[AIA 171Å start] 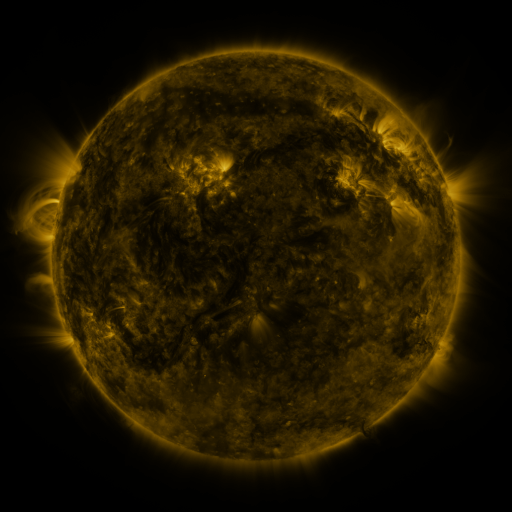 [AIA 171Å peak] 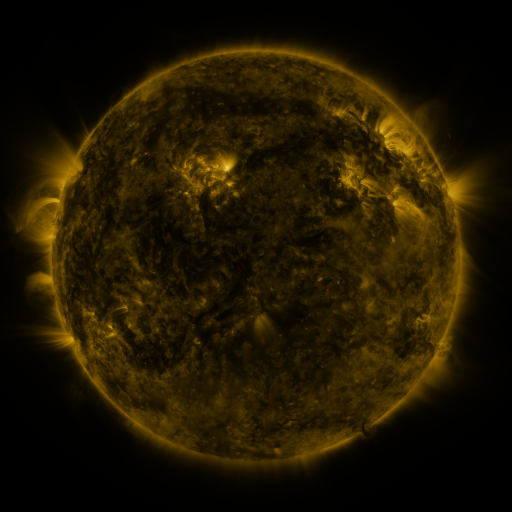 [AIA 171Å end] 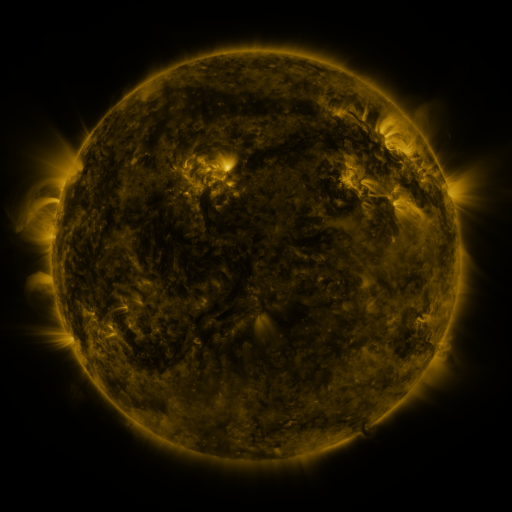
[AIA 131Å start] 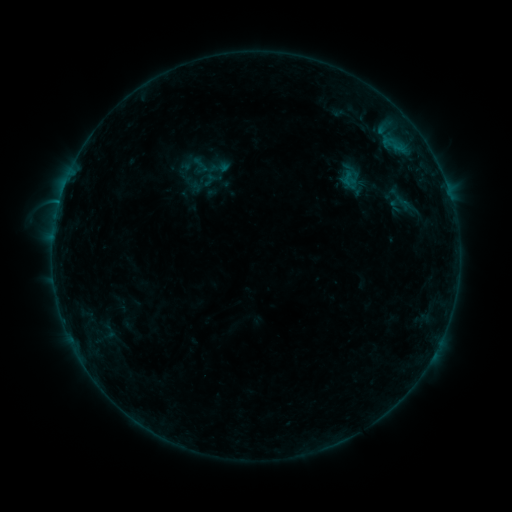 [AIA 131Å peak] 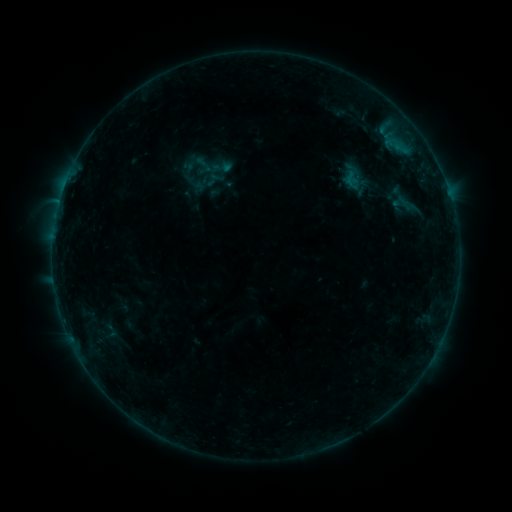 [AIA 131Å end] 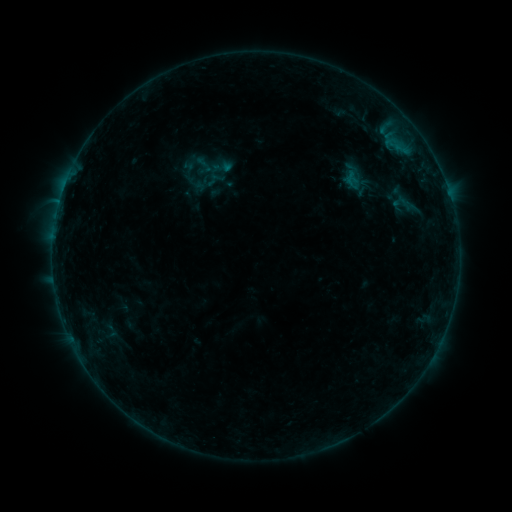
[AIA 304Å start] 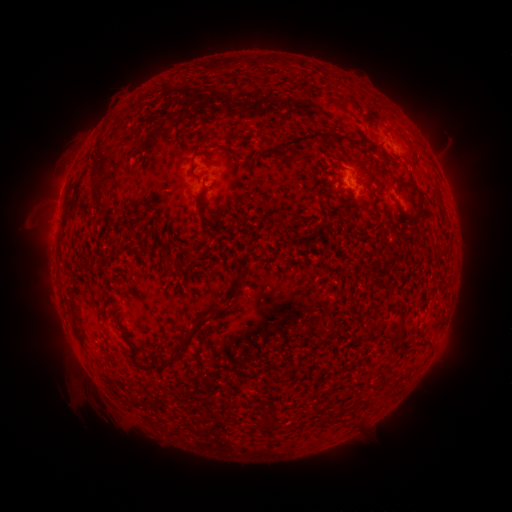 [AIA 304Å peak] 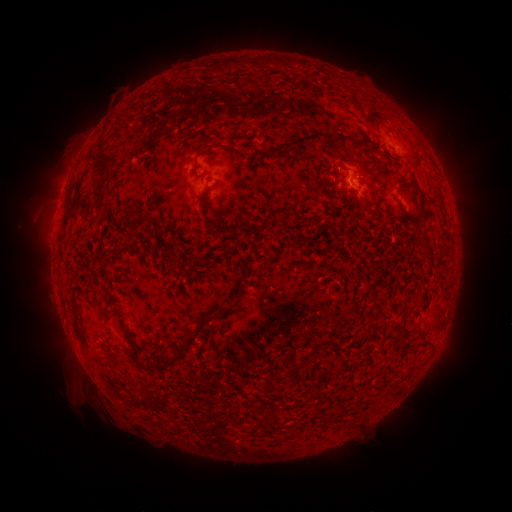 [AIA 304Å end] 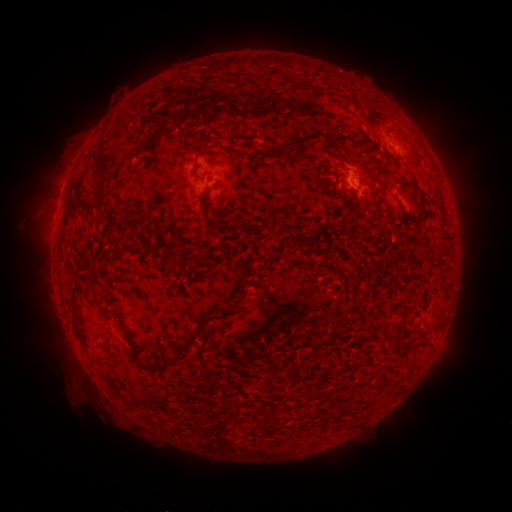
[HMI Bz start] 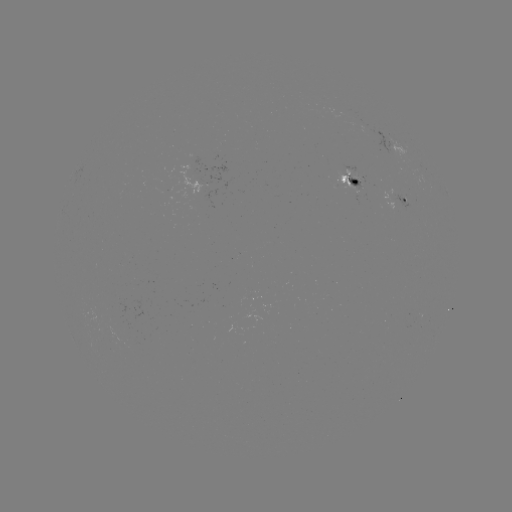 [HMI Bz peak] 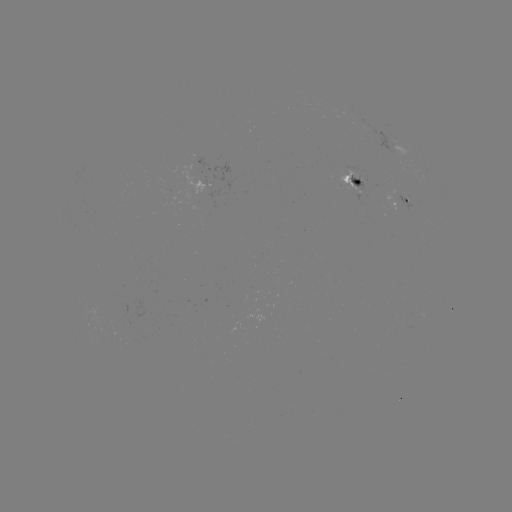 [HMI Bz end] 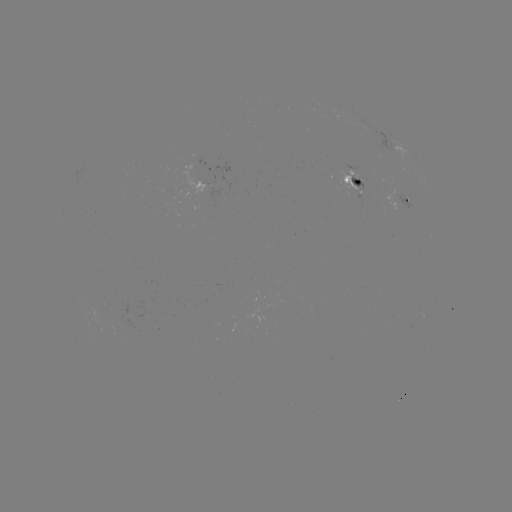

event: emerging-flux region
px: (335, 183)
